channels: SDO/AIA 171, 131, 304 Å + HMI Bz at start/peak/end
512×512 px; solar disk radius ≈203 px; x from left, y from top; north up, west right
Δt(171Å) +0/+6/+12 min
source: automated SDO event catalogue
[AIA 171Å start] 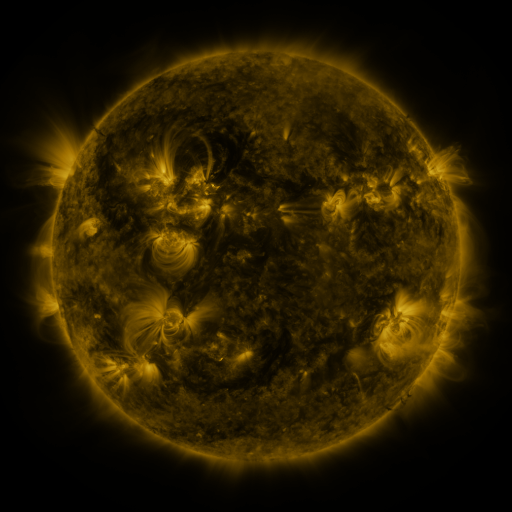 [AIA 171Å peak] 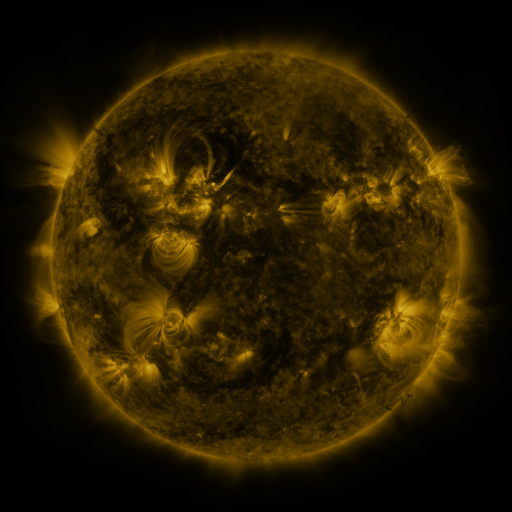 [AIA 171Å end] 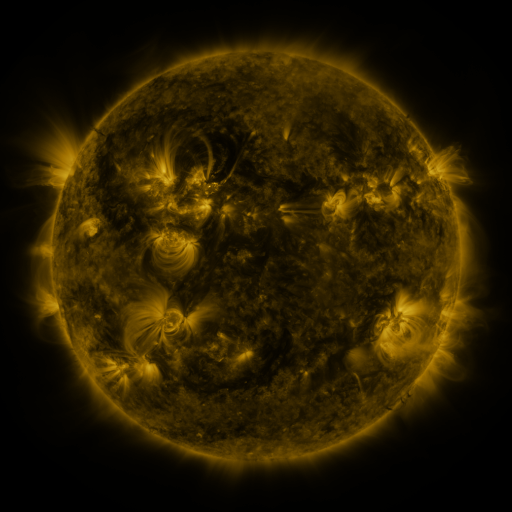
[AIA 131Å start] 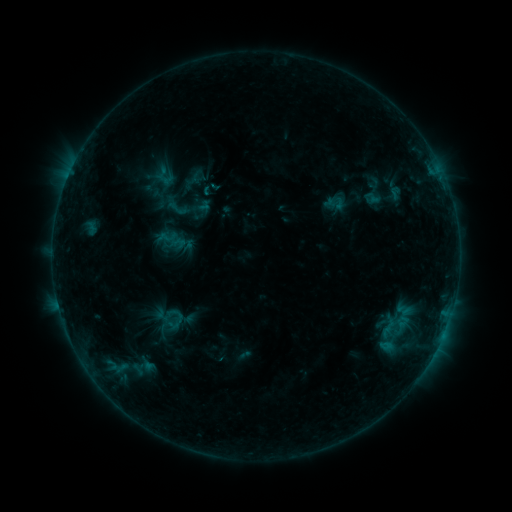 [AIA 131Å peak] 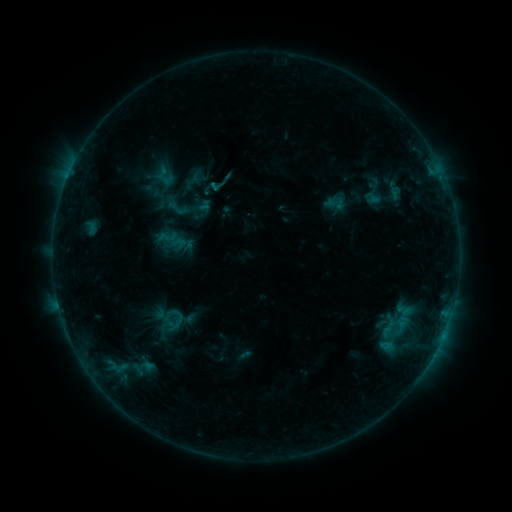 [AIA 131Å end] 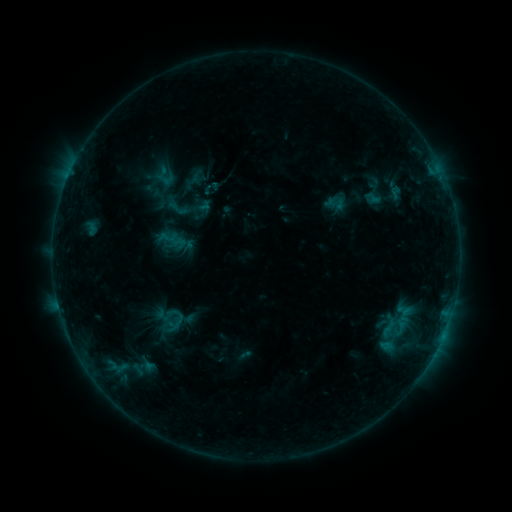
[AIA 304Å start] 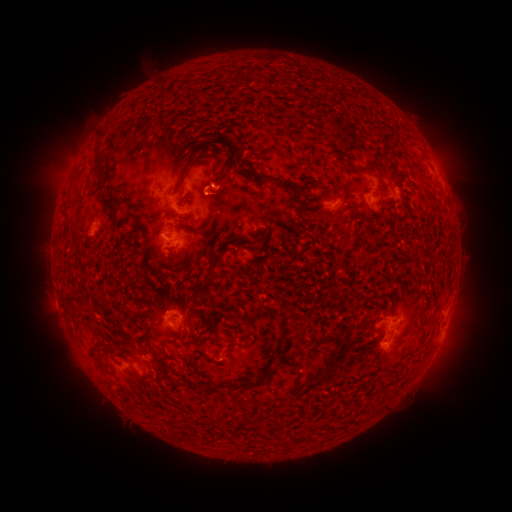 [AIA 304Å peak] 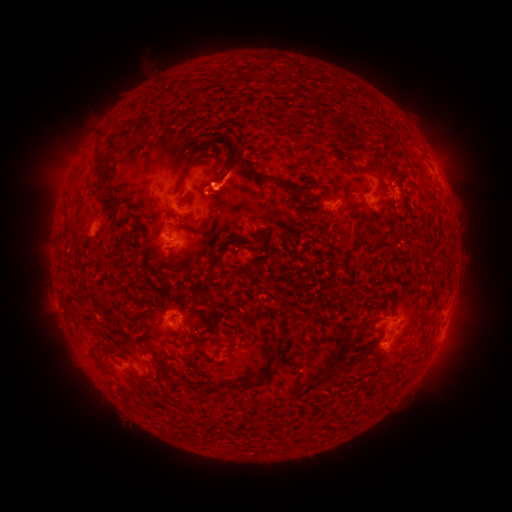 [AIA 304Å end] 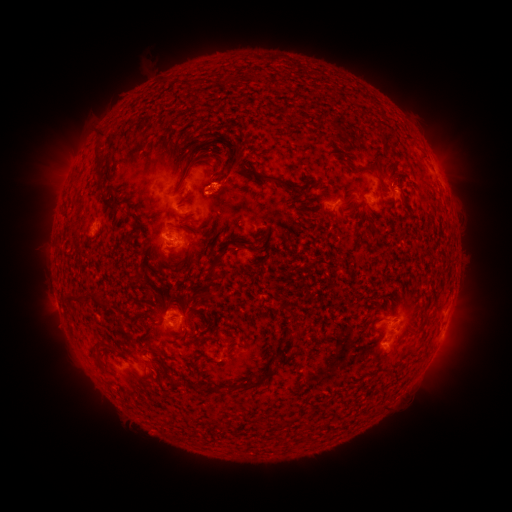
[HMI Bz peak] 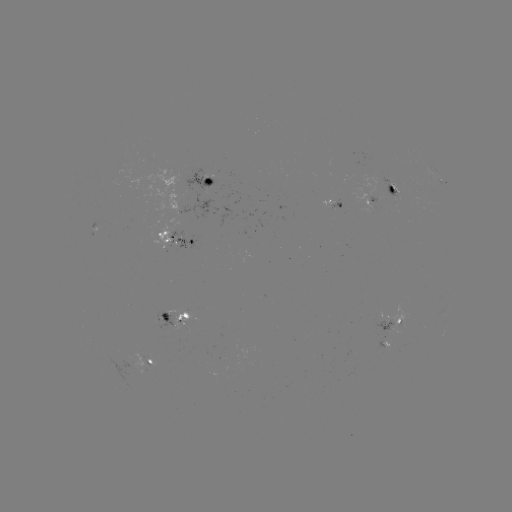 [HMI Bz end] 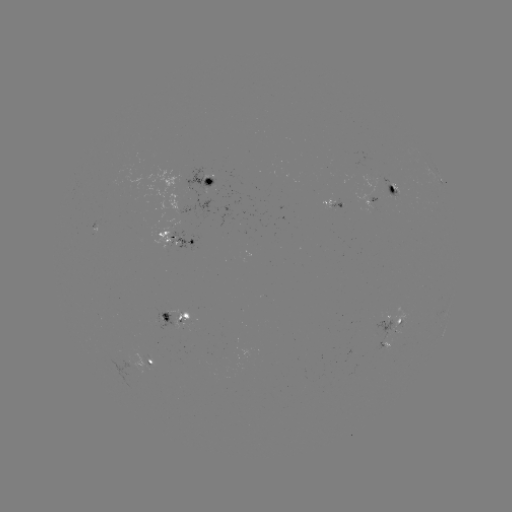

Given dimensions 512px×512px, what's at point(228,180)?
eruption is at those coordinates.